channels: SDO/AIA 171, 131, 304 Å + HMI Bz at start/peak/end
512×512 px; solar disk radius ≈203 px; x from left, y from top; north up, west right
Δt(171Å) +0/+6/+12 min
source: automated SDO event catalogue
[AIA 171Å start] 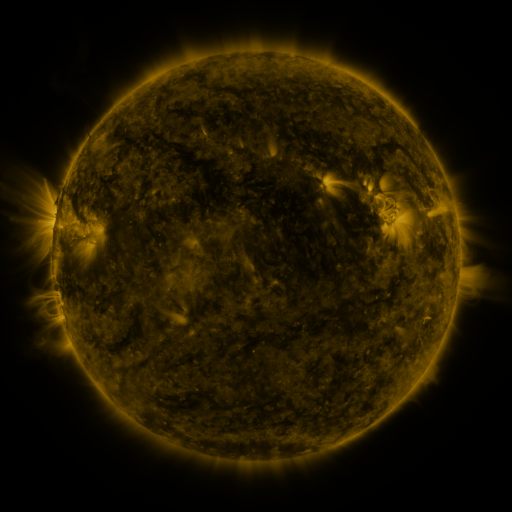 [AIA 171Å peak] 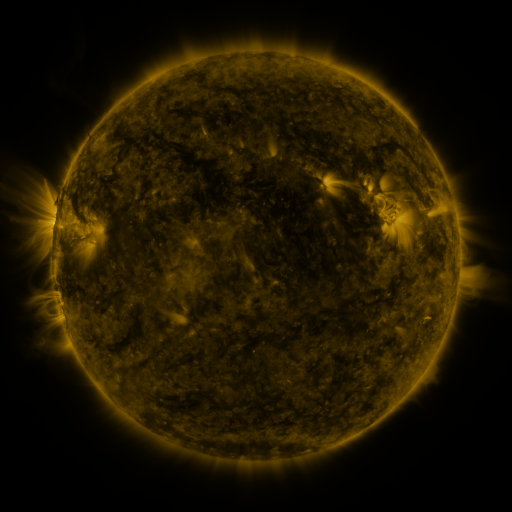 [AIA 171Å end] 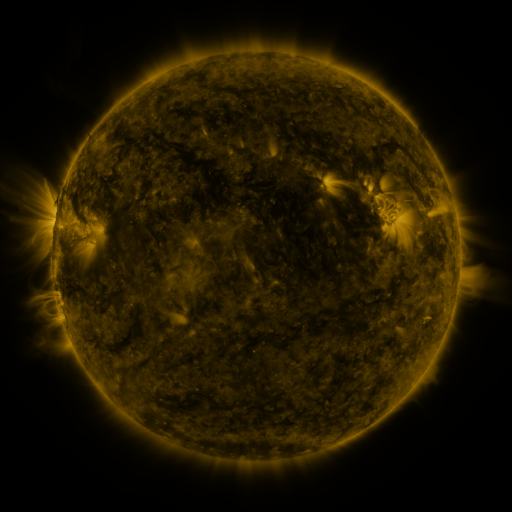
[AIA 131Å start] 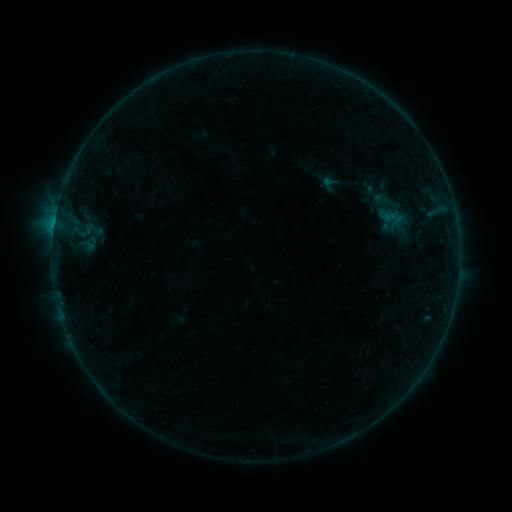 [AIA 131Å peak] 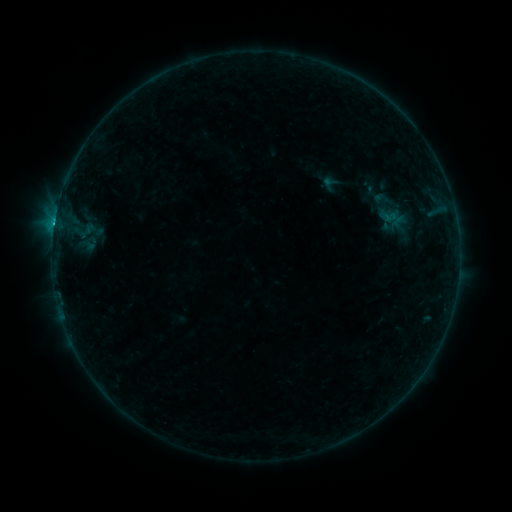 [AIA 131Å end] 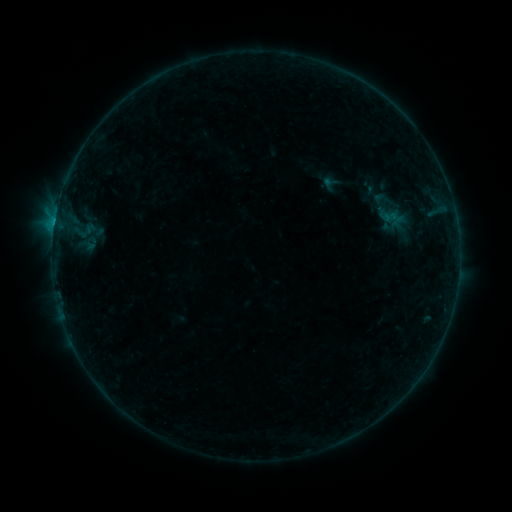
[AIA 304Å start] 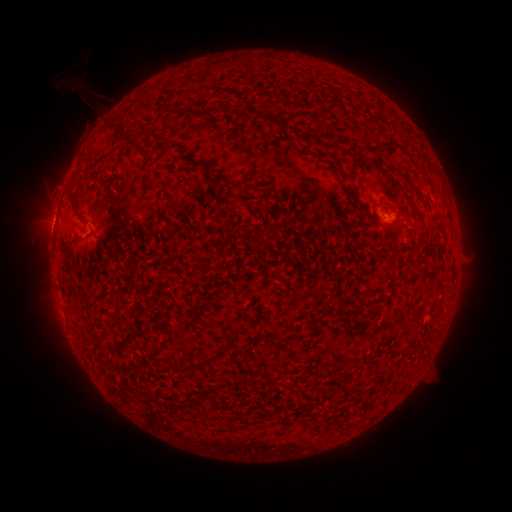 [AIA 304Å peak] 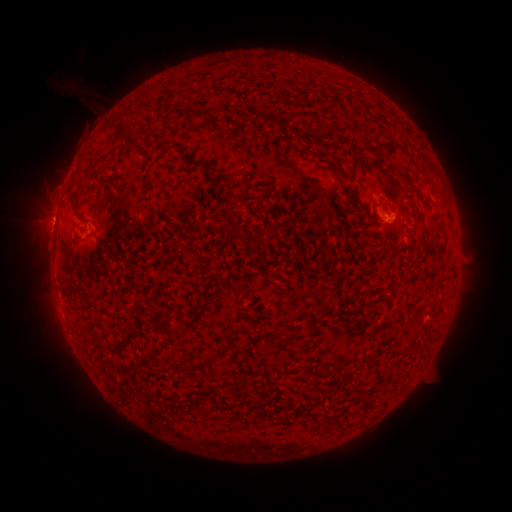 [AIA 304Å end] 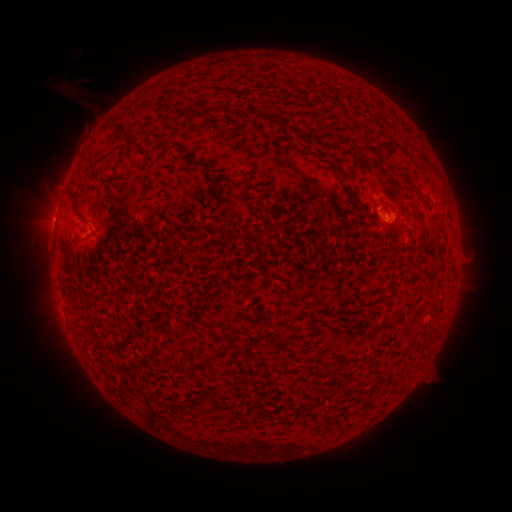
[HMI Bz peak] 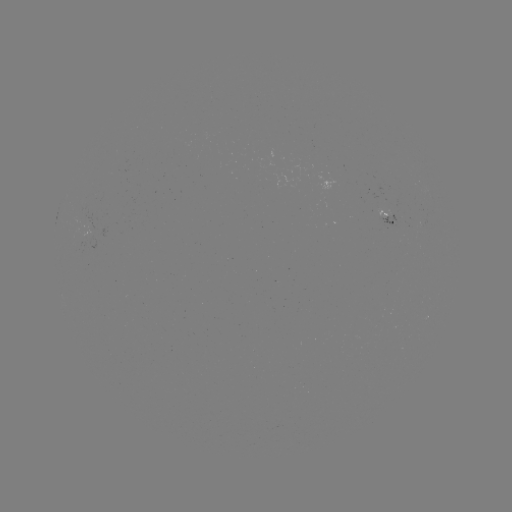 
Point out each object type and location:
B8.6 flare: (55, 223)
